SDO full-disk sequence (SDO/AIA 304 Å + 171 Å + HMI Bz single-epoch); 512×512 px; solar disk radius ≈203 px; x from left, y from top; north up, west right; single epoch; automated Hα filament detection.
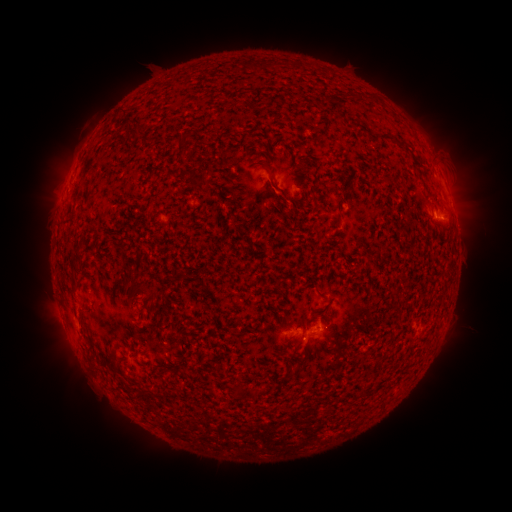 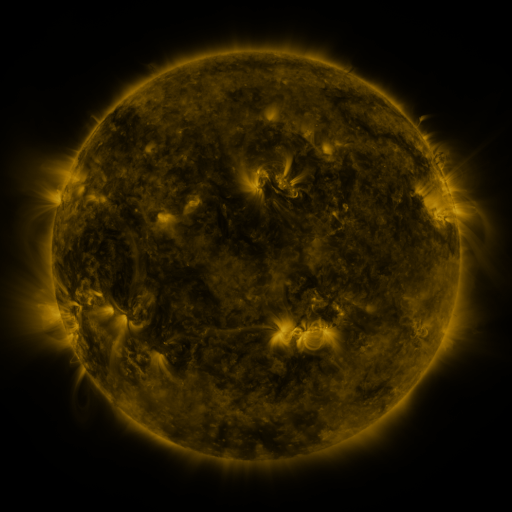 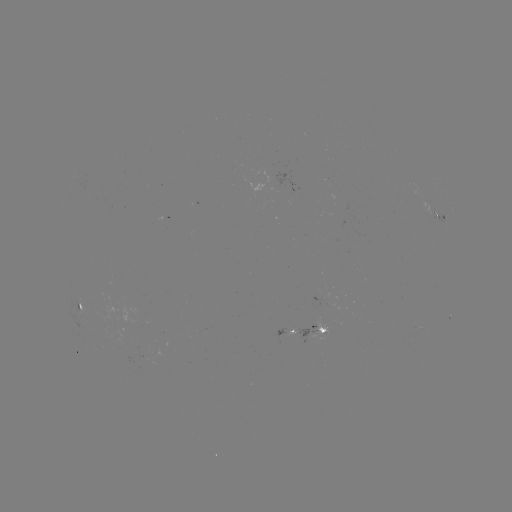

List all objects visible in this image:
filament: (190, 155, 201, 163)
filament: (255, 161, 277, 182)
filament: (192, 178, 206, 187)
filament: (72, 258, 80, 271)
filament: (140, 283, 150, 293)
